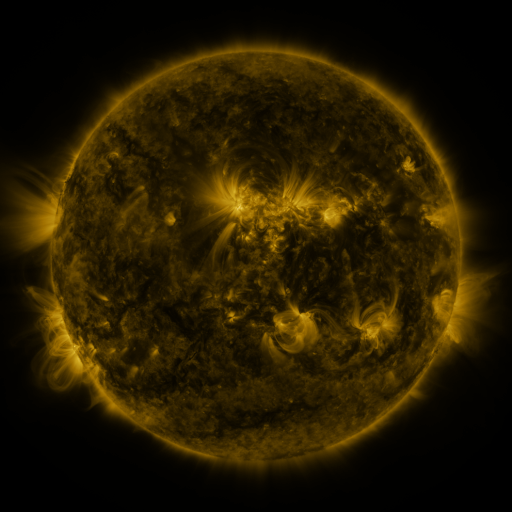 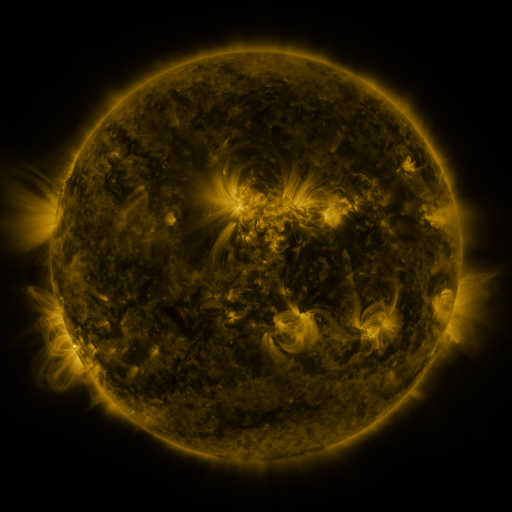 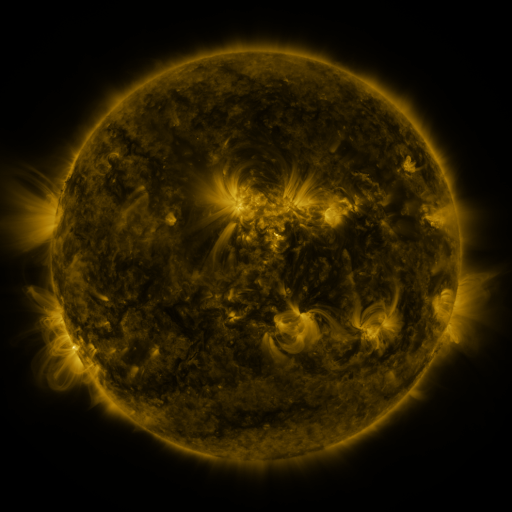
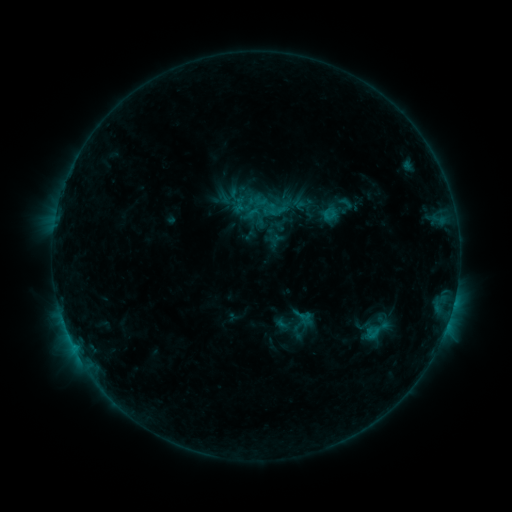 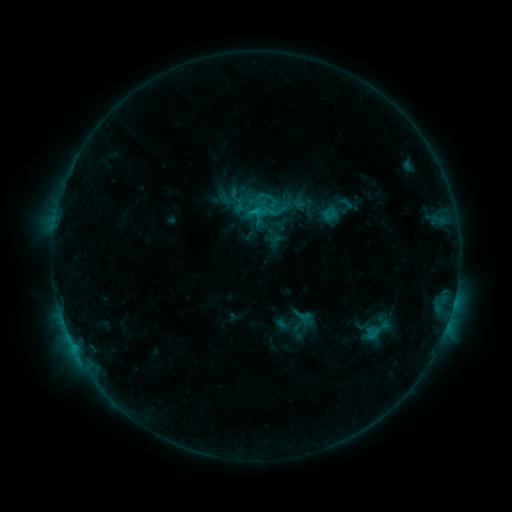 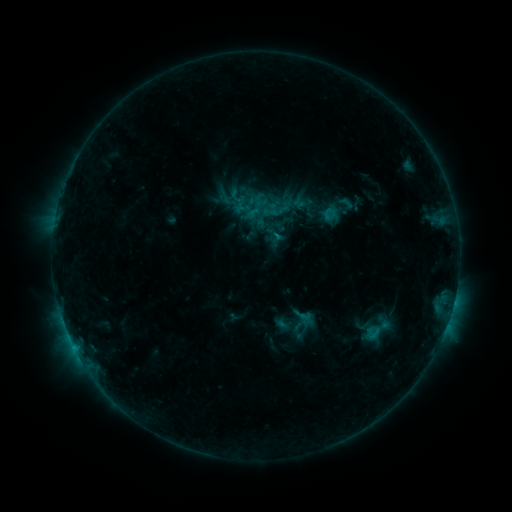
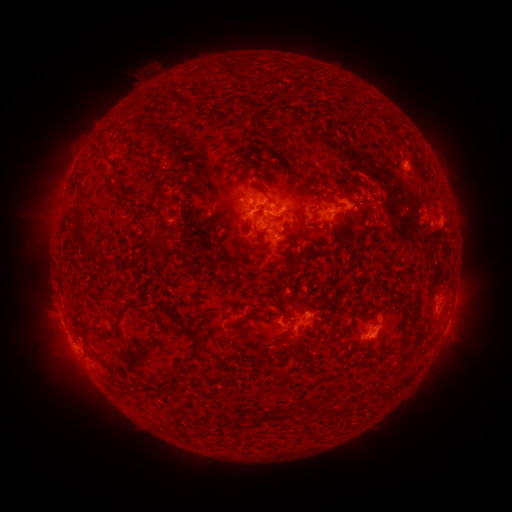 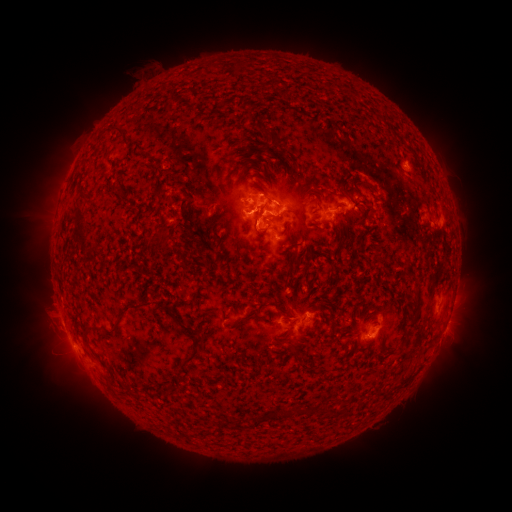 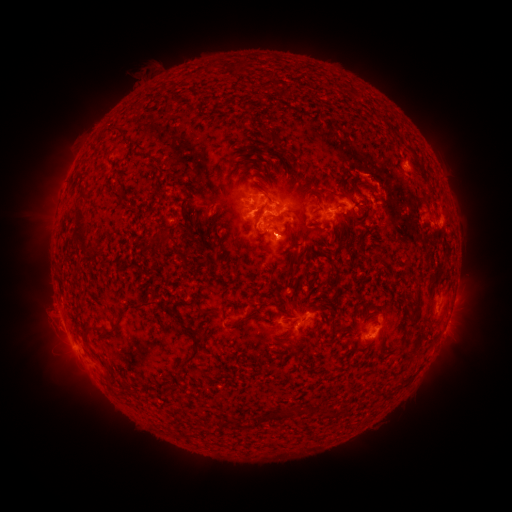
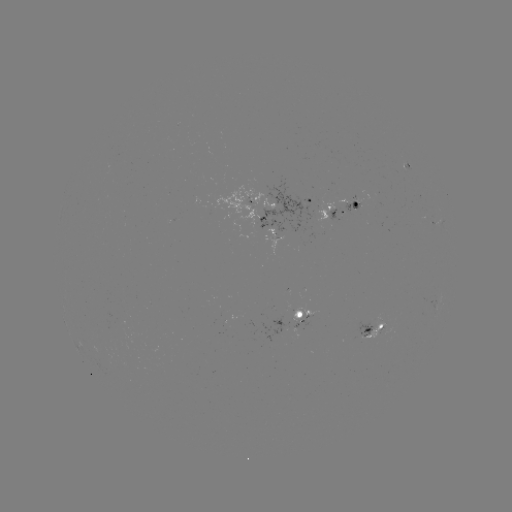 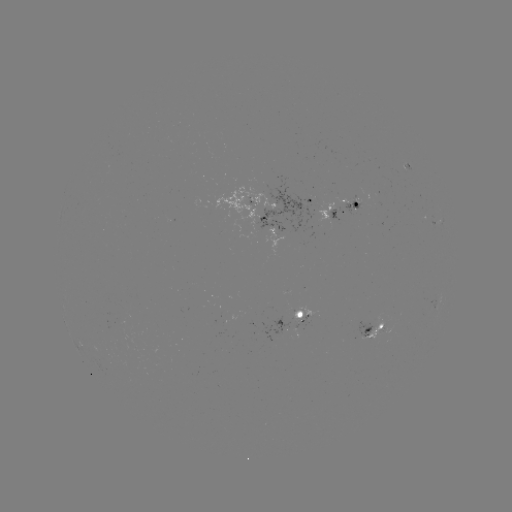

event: flare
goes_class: C1.1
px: (259, 210)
